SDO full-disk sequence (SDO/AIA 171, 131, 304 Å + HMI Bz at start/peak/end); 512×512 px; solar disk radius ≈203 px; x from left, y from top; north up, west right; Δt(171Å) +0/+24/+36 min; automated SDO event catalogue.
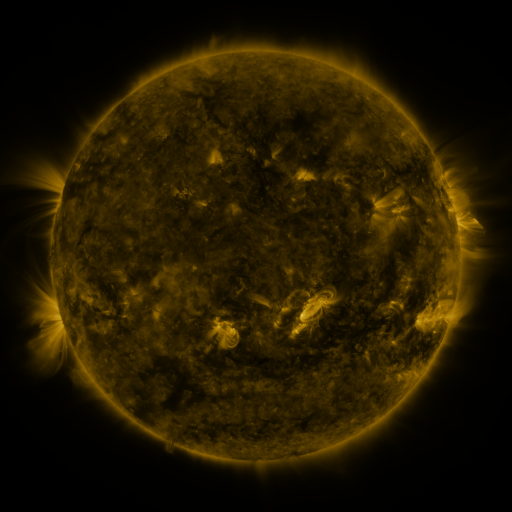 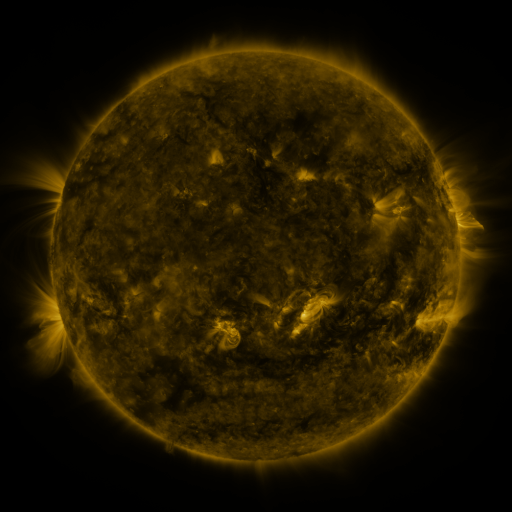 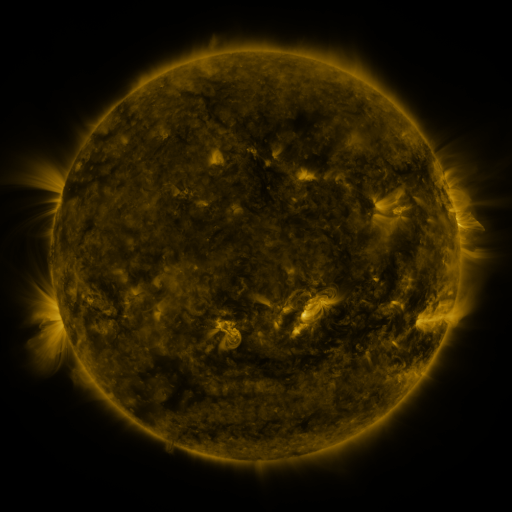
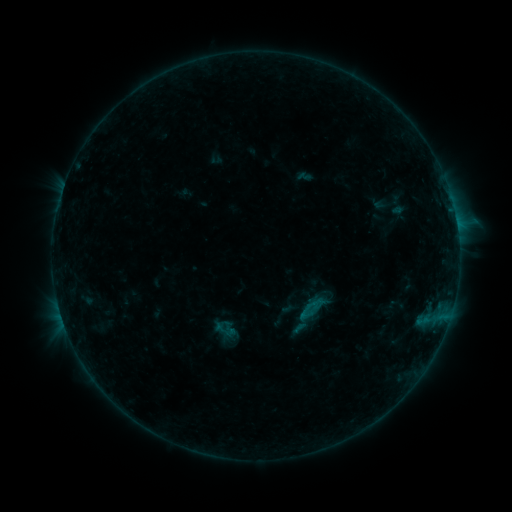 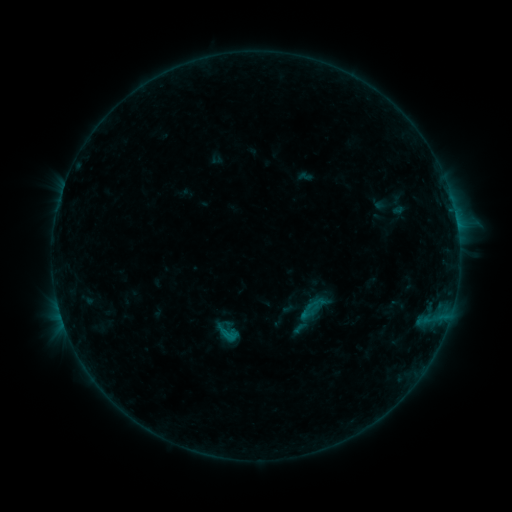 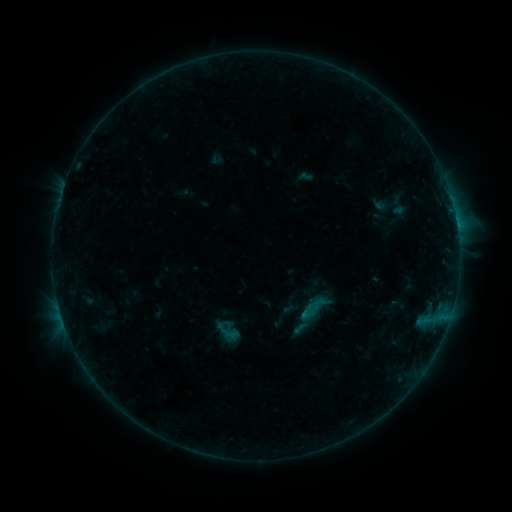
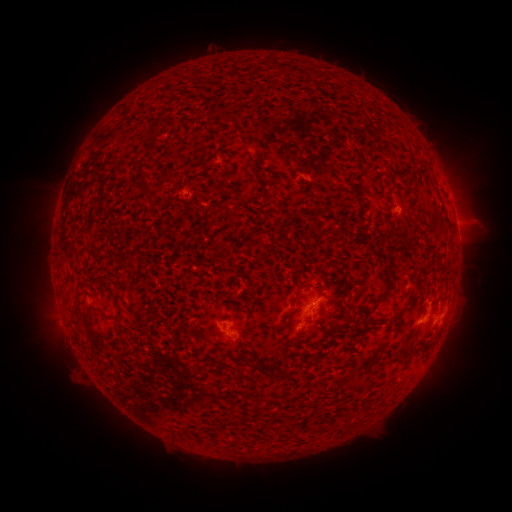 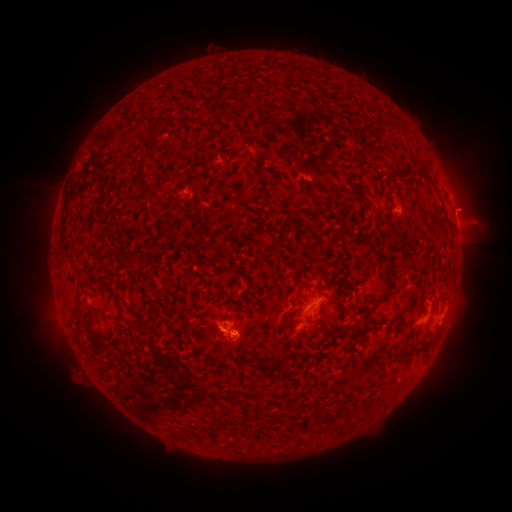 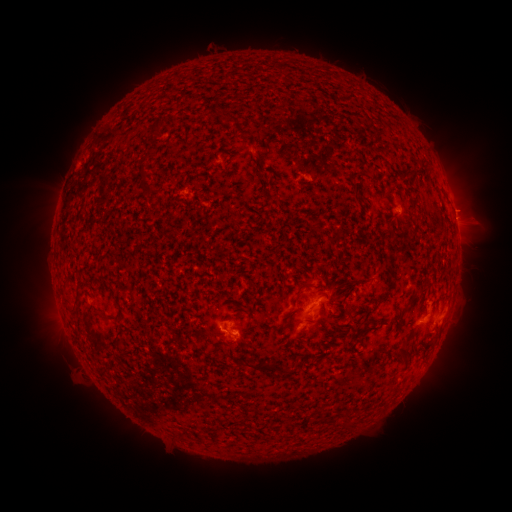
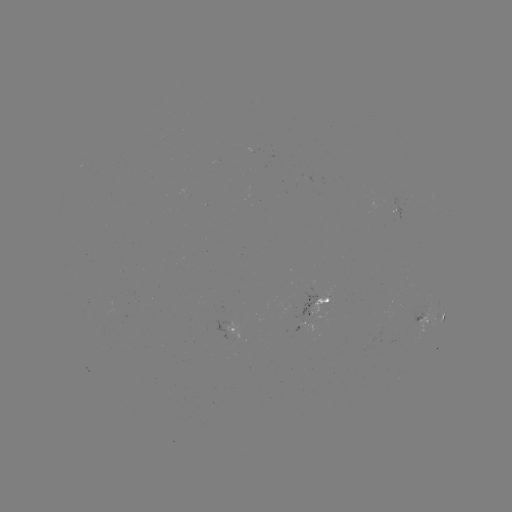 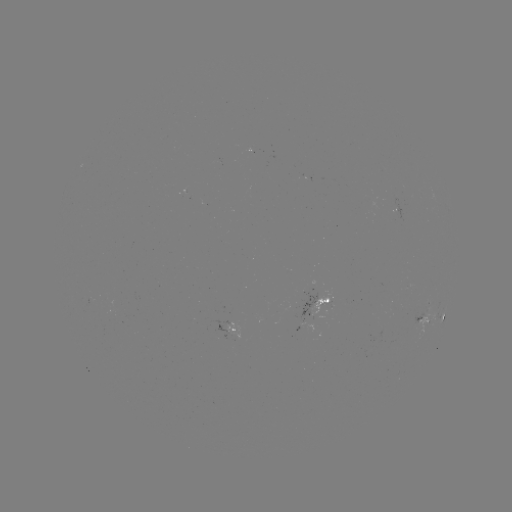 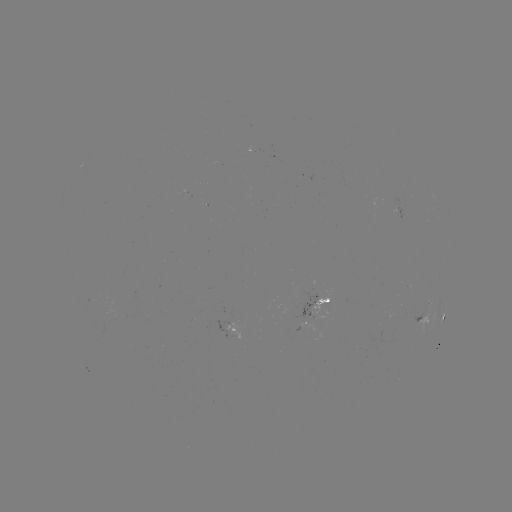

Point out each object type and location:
B7.5 flare: (230, 334)
